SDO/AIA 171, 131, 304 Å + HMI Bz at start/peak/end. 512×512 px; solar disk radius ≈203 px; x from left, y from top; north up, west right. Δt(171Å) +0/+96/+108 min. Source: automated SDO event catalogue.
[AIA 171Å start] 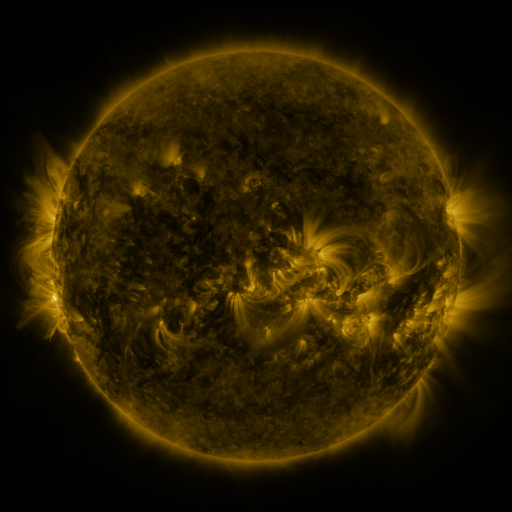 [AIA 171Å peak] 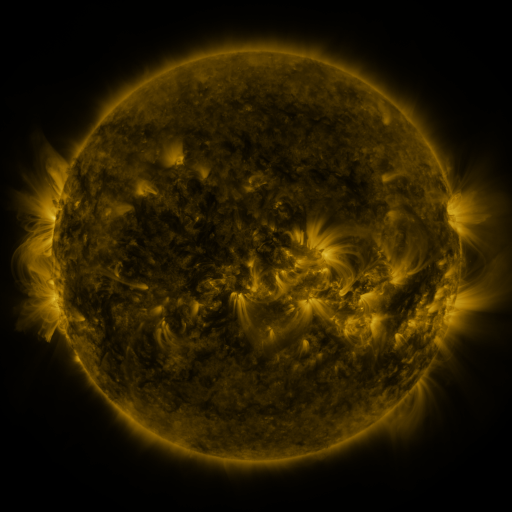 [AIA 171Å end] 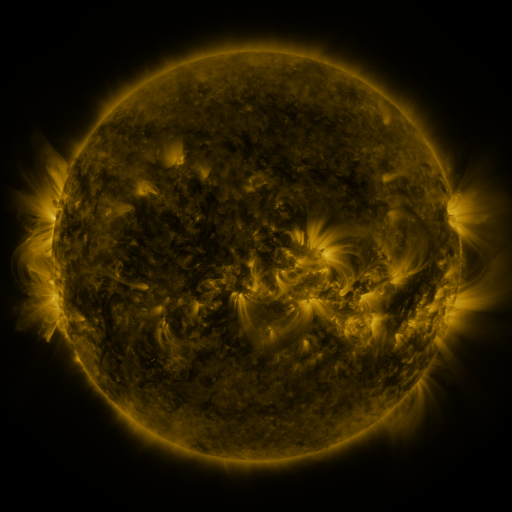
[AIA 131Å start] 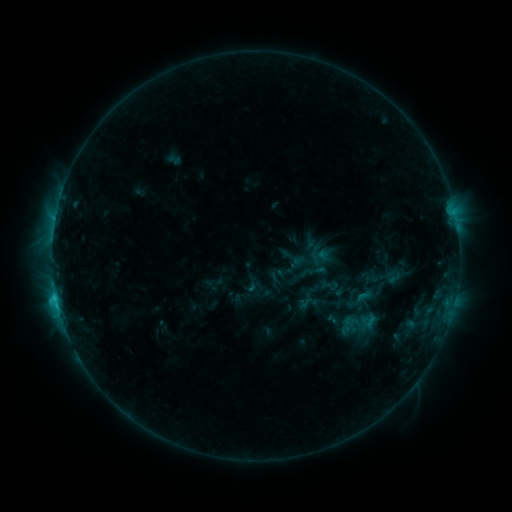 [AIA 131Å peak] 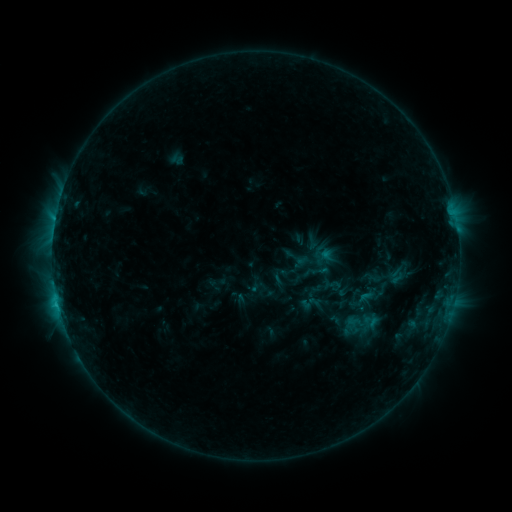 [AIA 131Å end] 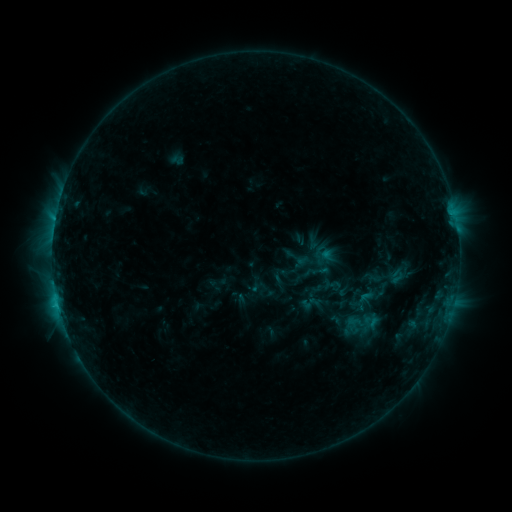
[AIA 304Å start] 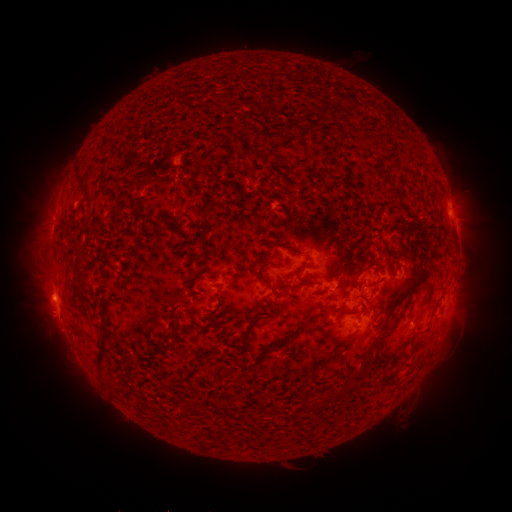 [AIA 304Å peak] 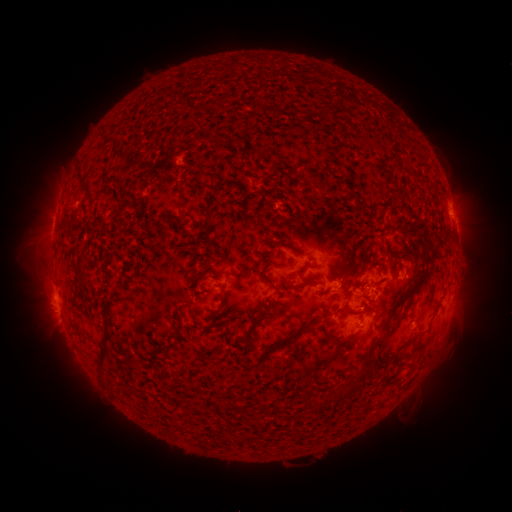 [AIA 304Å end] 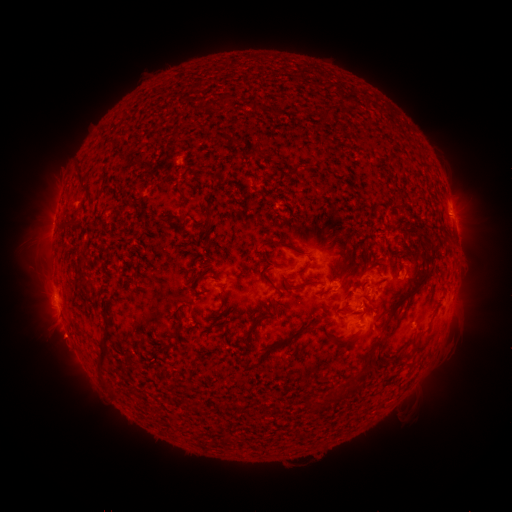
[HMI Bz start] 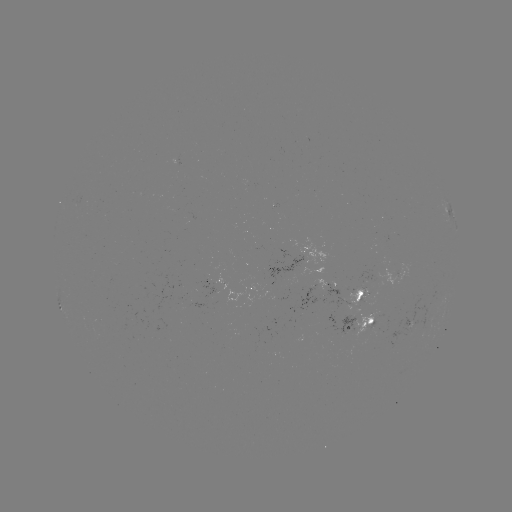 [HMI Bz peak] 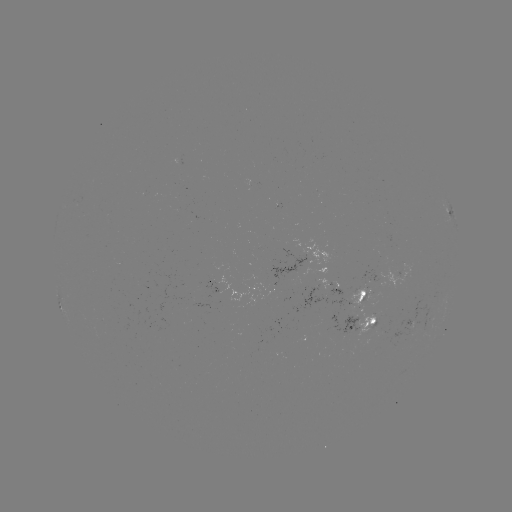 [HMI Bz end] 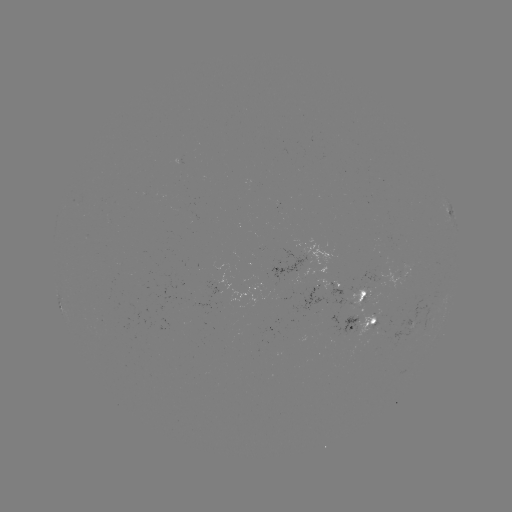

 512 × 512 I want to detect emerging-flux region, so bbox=[357, 308, 374, 338].